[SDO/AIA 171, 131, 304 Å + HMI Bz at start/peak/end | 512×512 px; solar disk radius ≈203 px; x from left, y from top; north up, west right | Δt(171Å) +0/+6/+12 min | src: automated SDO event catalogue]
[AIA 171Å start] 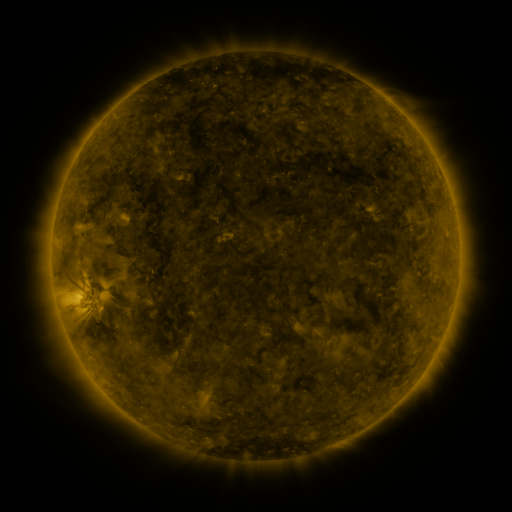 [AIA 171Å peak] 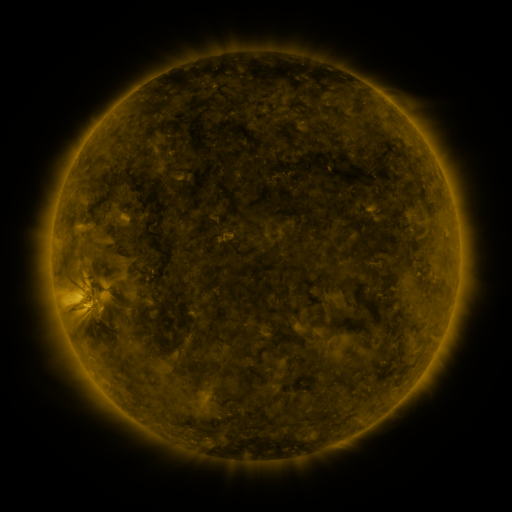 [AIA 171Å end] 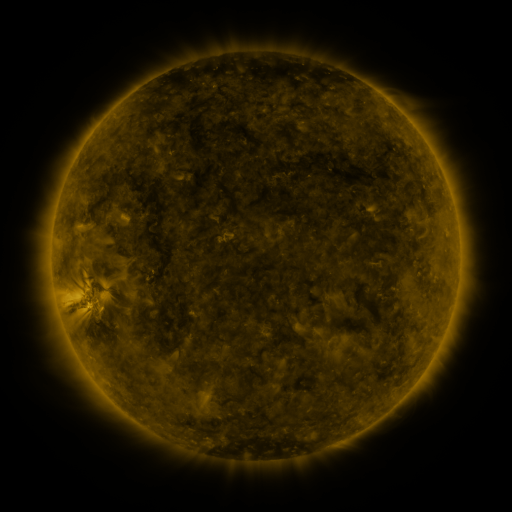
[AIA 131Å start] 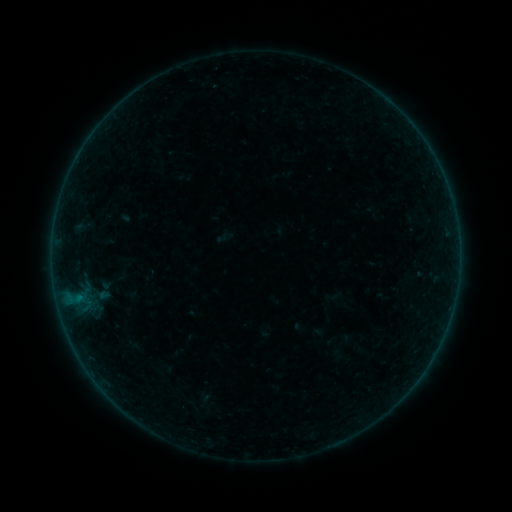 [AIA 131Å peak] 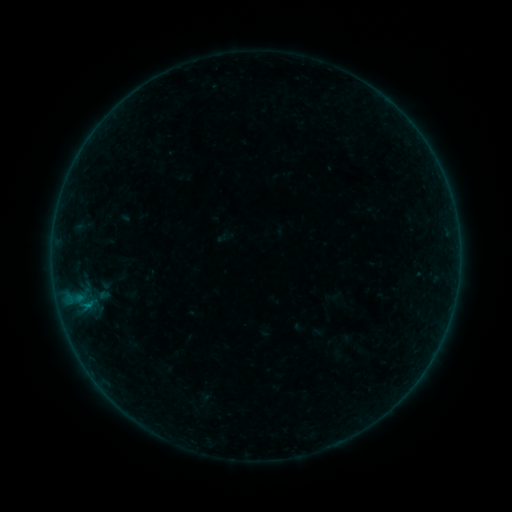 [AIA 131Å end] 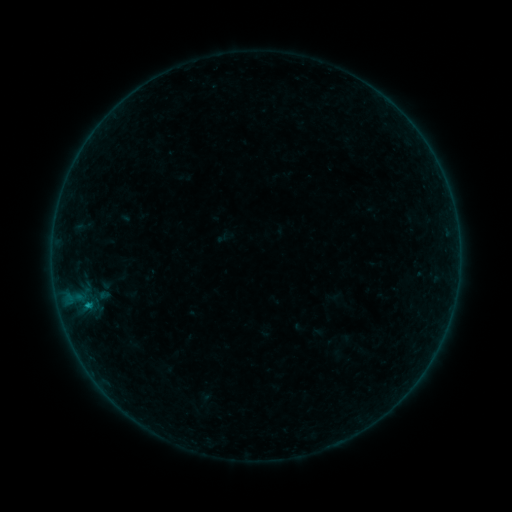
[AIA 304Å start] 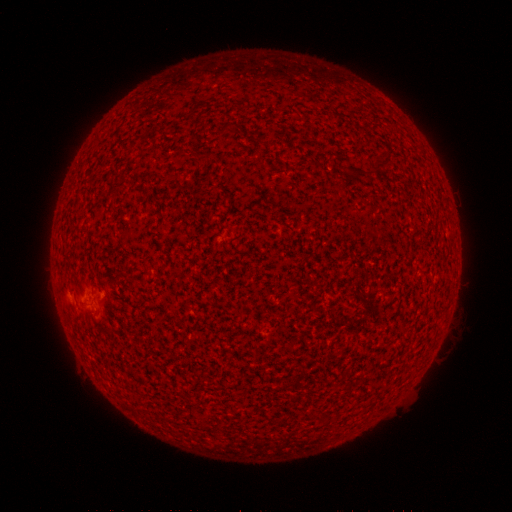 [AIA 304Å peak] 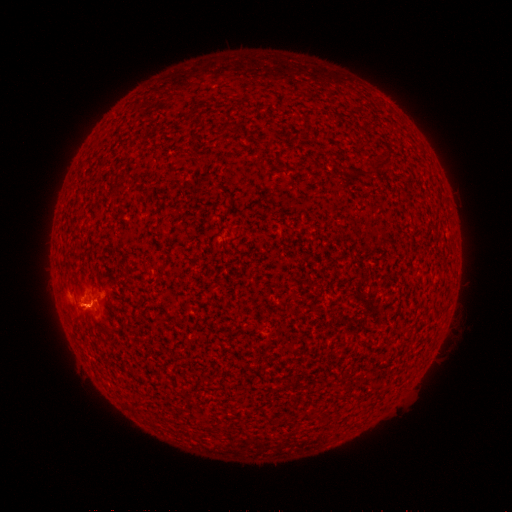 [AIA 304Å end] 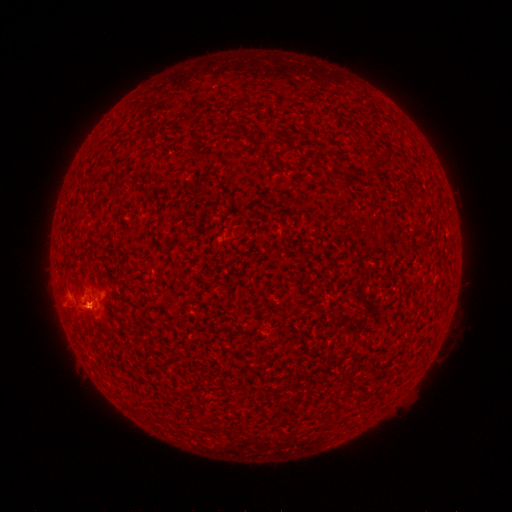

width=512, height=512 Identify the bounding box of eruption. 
[48, 284, 97, 336].